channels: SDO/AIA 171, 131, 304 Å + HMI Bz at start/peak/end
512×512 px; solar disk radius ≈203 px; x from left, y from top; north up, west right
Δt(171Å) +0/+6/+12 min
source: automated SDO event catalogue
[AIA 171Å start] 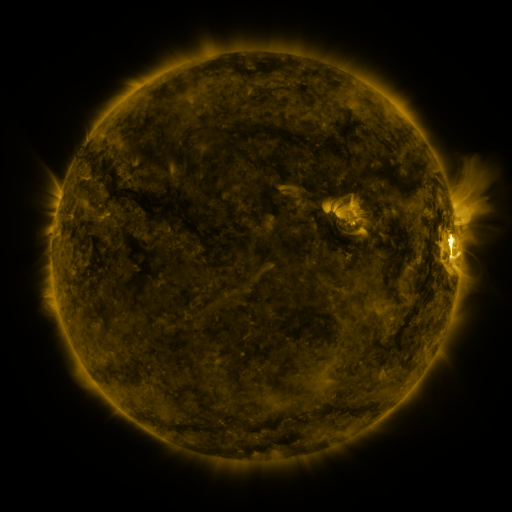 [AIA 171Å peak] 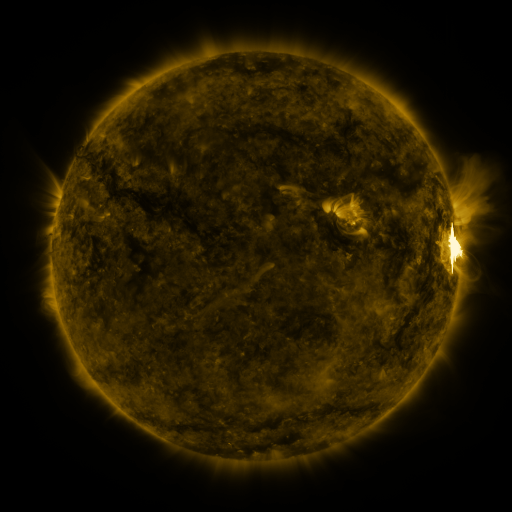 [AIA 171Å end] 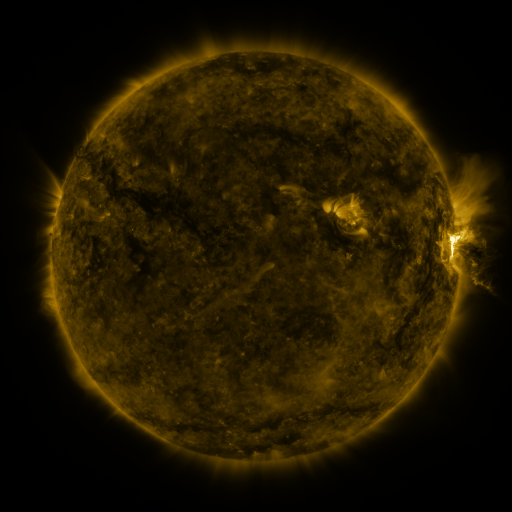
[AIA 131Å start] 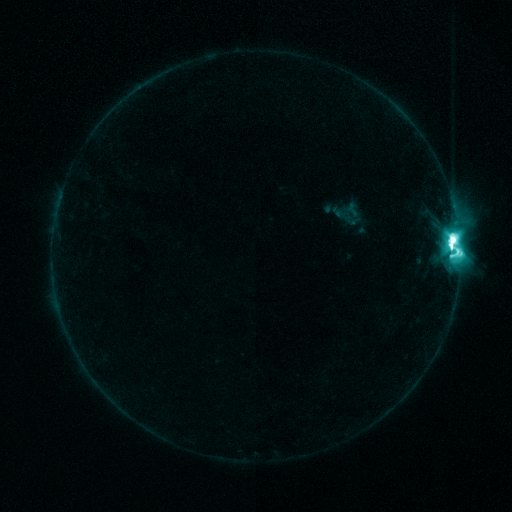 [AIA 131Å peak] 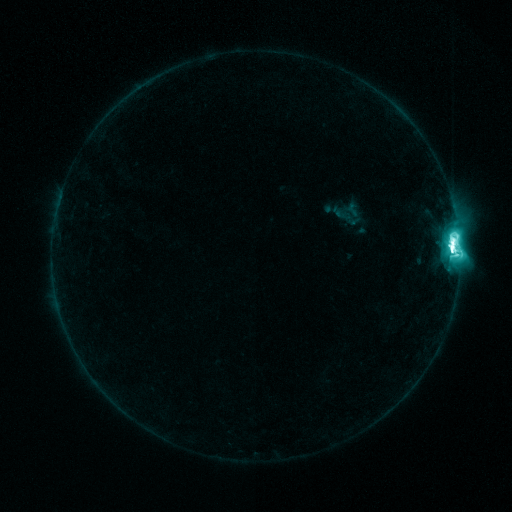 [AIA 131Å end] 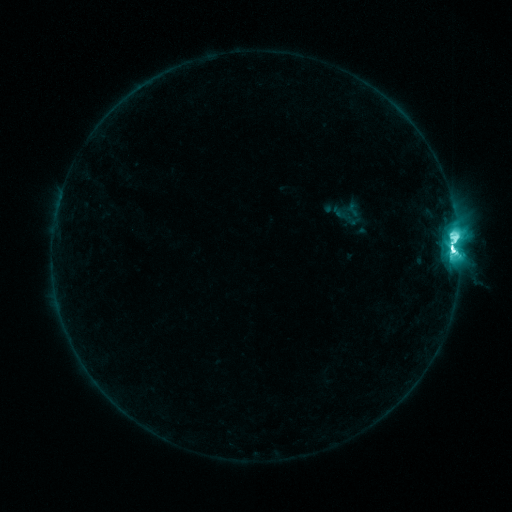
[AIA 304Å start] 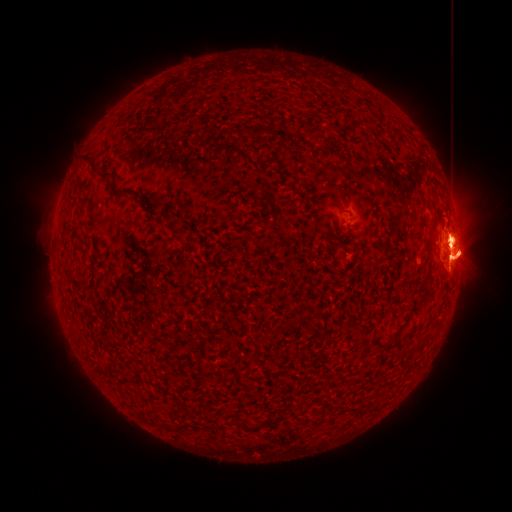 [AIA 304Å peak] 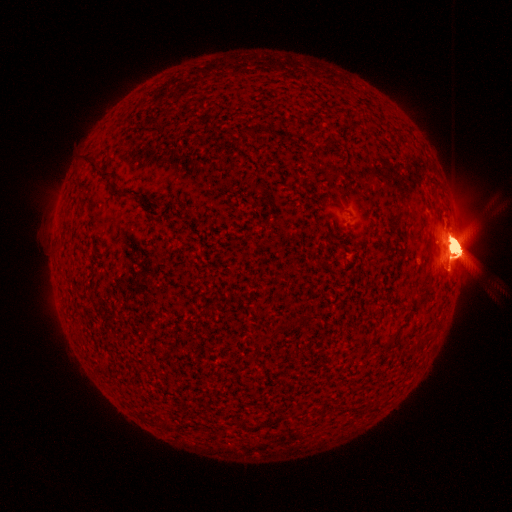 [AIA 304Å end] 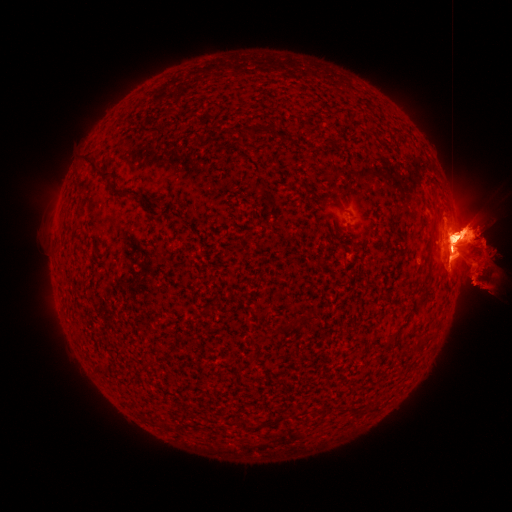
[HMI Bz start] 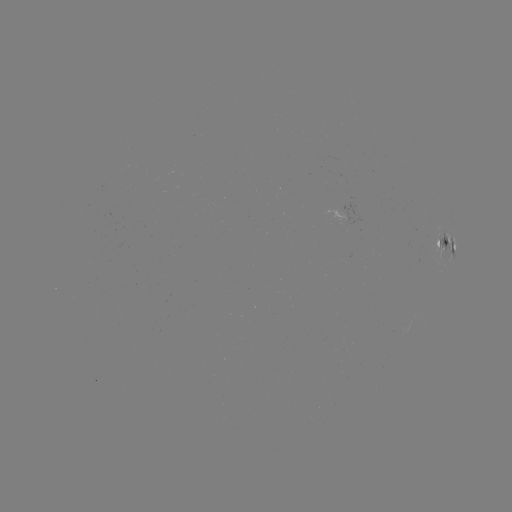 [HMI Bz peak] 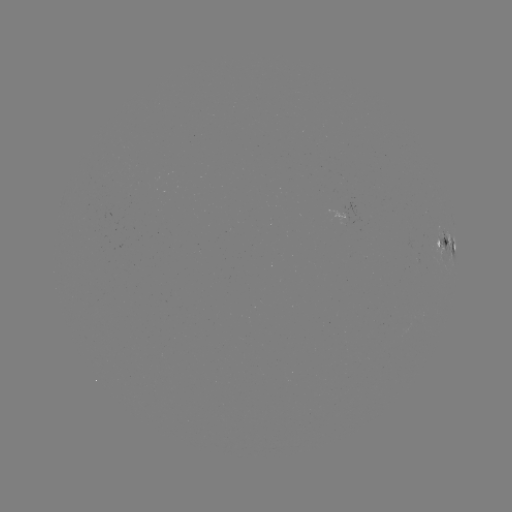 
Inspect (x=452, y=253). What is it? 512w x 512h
M5.5 flare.